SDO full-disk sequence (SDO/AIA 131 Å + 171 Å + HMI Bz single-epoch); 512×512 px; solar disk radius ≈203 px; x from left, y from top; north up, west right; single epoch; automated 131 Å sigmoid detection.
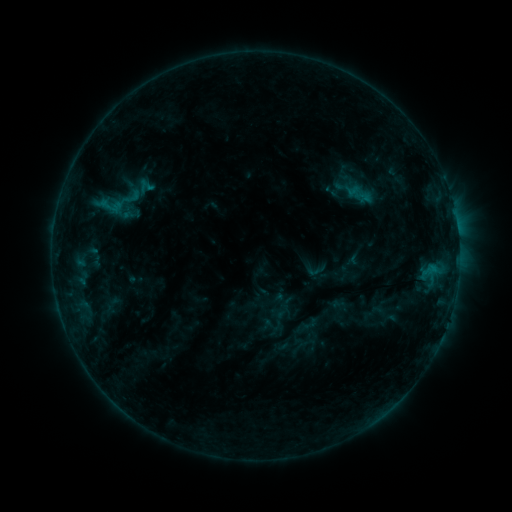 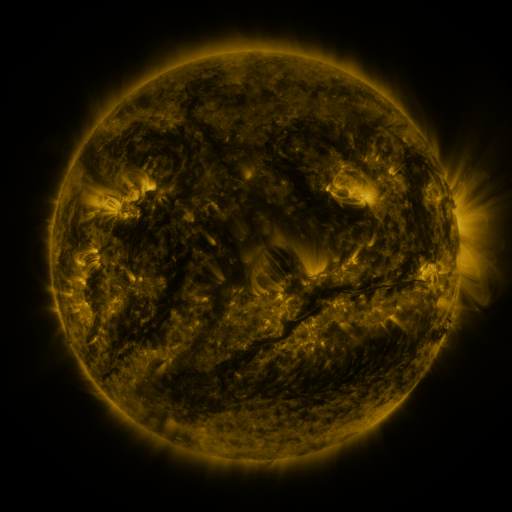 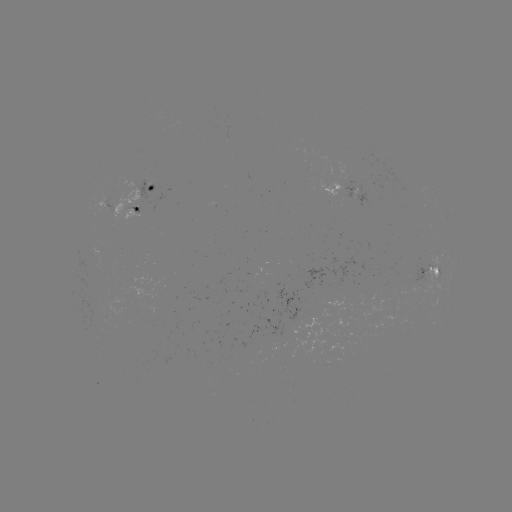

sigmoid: [122, 204, 142, 225]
